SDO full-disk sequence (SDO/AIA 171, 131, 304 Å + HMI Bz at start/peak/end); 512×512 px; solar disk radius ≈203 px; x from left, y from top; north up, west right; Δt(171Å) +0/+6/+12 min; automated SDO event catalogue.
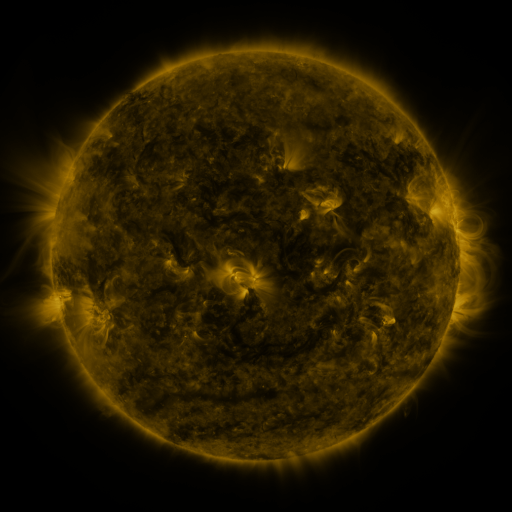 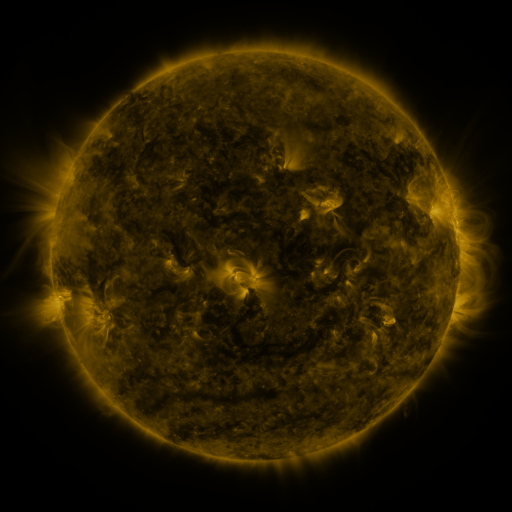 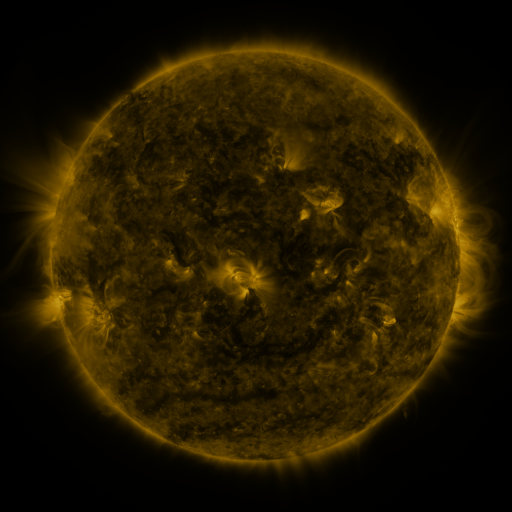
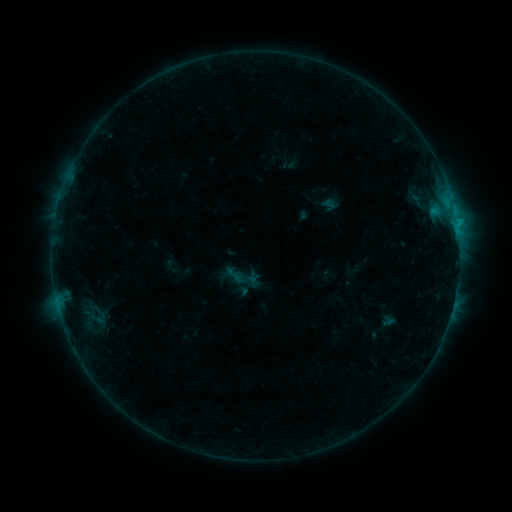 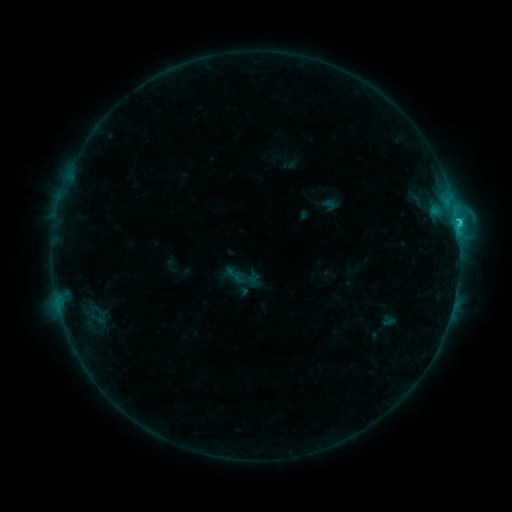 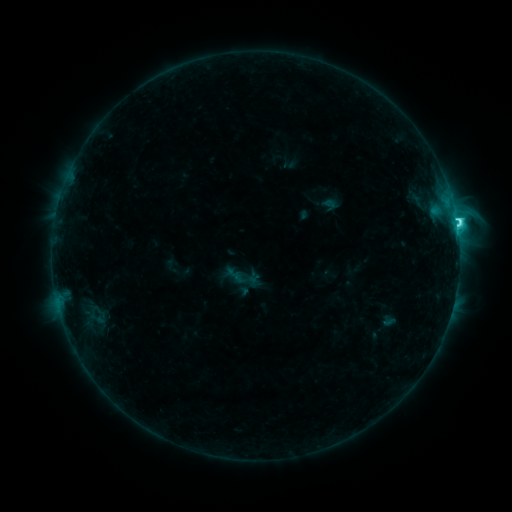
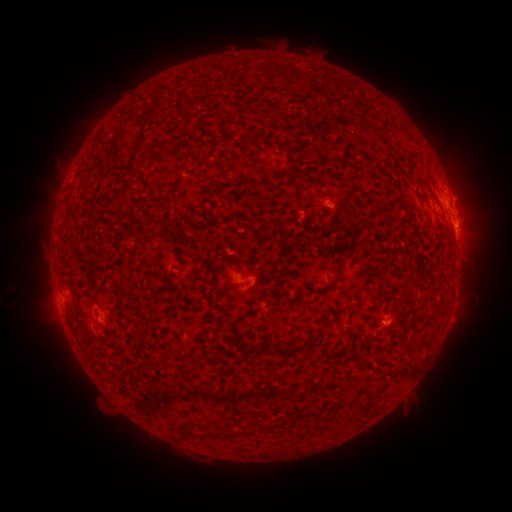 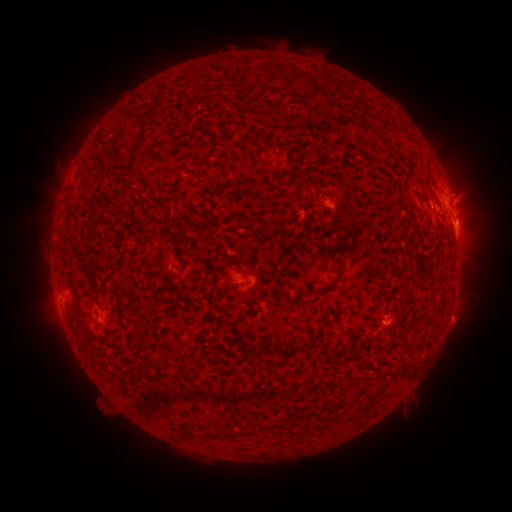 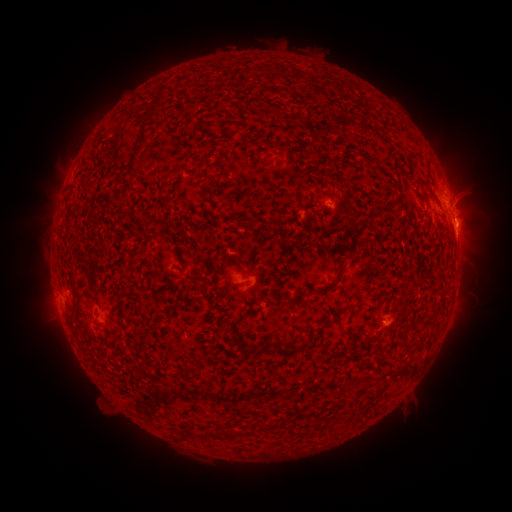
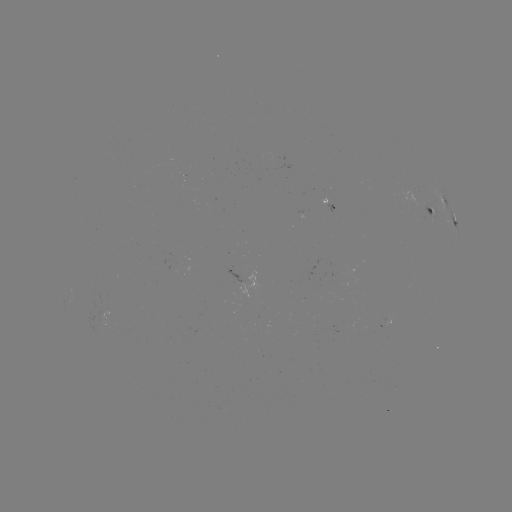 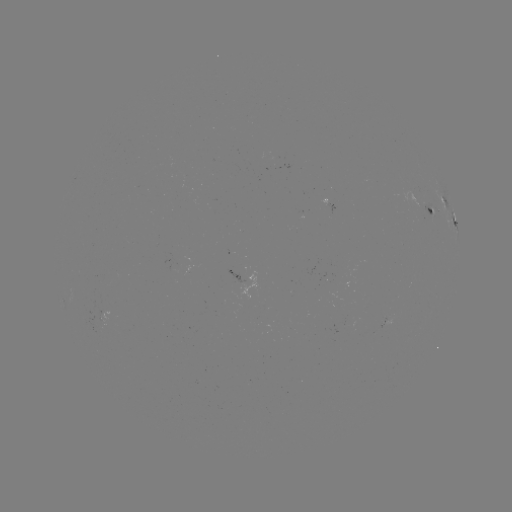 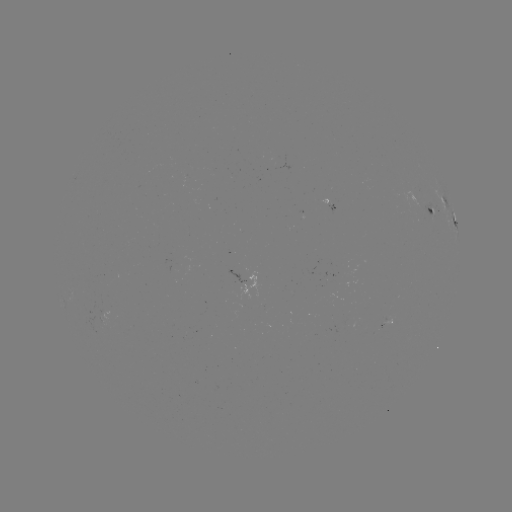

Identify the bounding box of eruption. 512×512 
[439, 163, 500, 224].